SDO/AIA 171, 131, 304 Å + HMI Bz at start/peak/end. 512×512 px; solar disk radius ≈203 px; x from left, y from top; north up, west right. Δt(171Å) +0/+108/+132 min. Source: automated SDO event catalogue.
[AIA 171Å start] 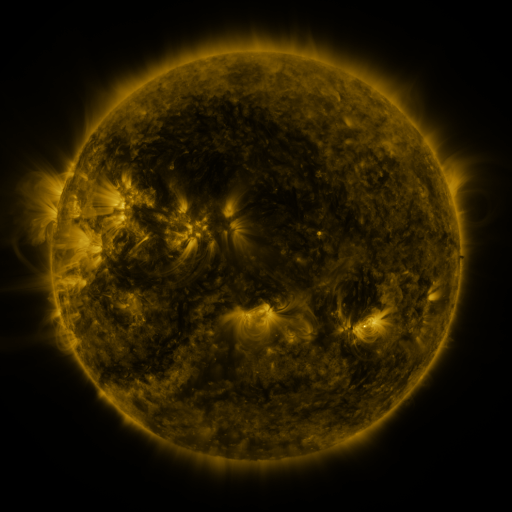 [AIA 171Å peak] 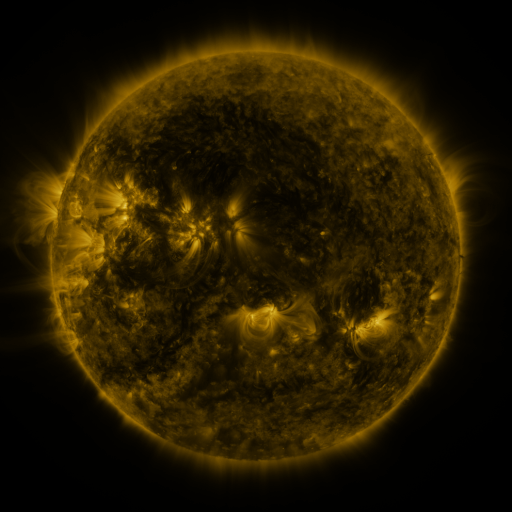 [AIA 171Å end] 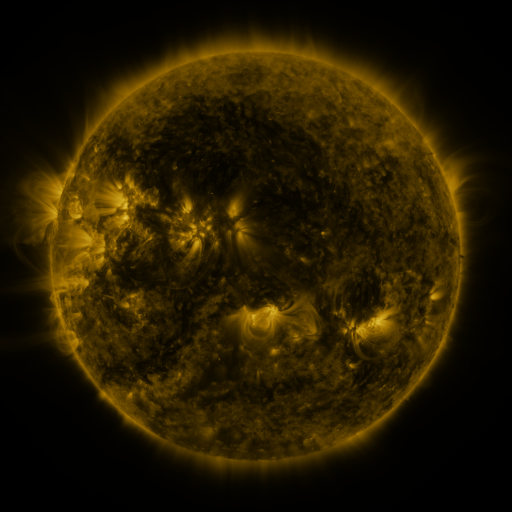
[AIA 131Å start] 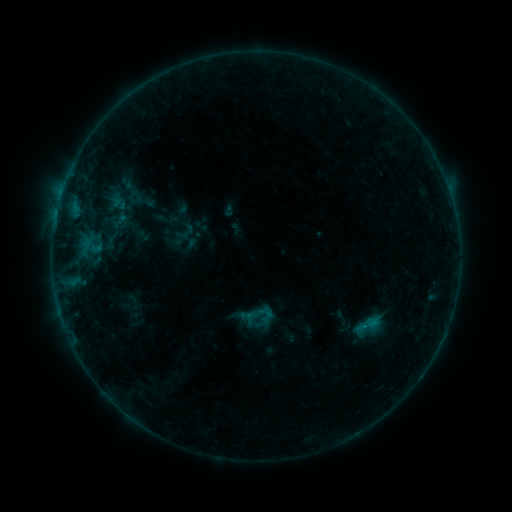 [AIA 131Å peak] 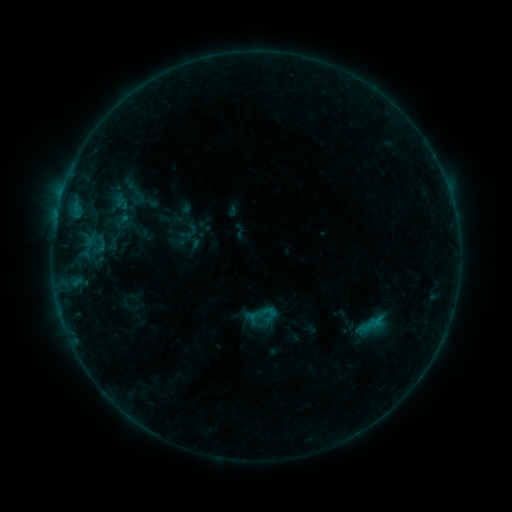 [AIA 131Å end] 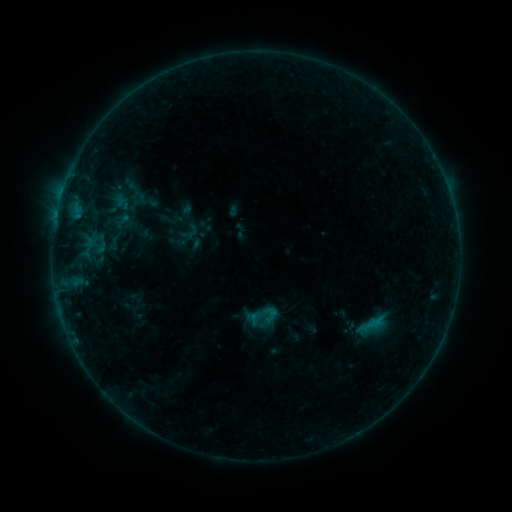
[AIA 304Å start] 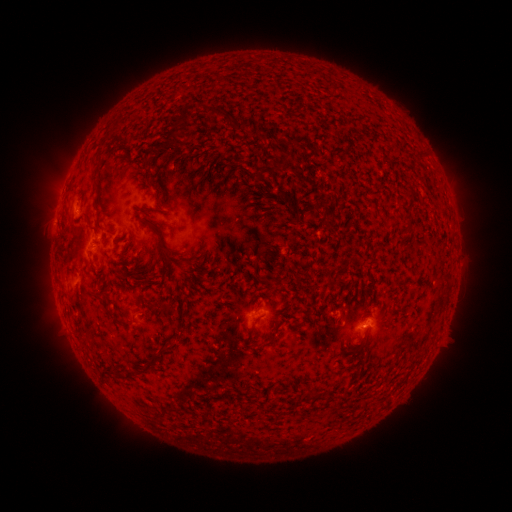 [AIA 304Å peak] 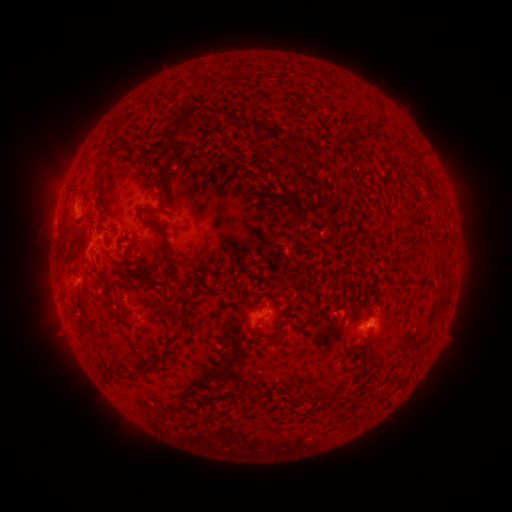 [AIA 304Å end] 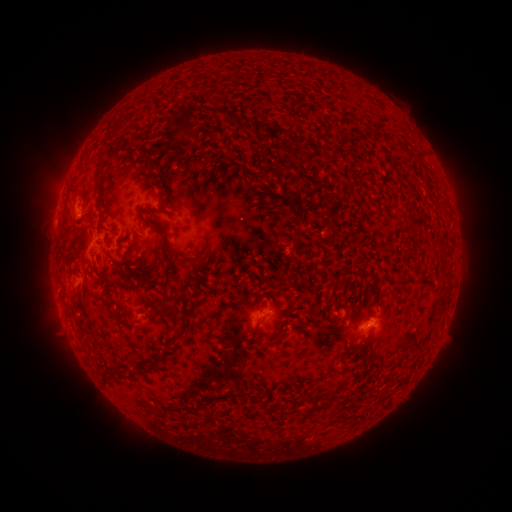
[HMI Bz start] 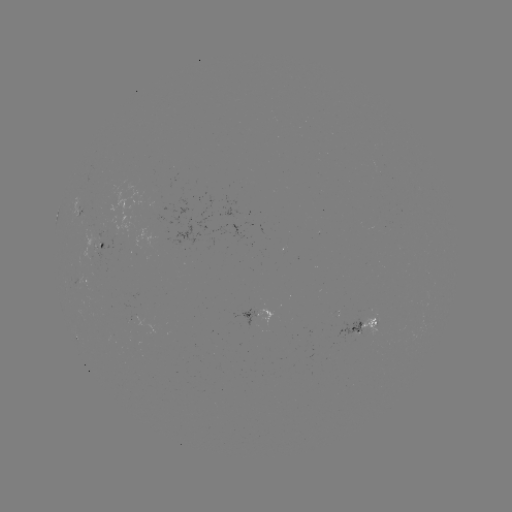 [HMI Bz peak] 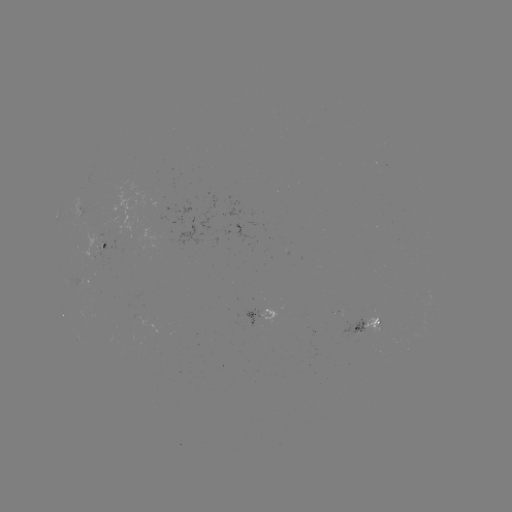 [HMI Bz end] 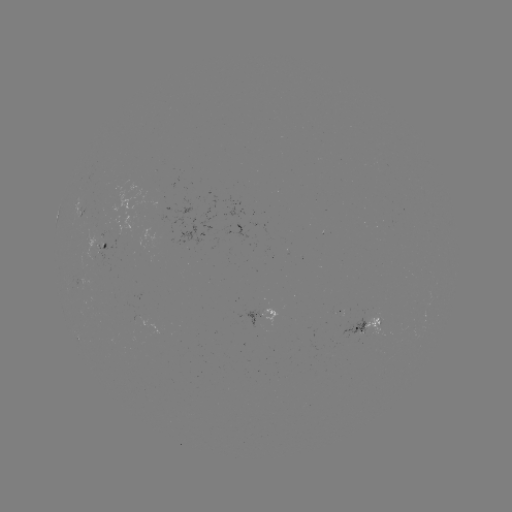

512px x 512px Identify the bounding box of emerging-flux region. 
[340, 318, 365, 337].